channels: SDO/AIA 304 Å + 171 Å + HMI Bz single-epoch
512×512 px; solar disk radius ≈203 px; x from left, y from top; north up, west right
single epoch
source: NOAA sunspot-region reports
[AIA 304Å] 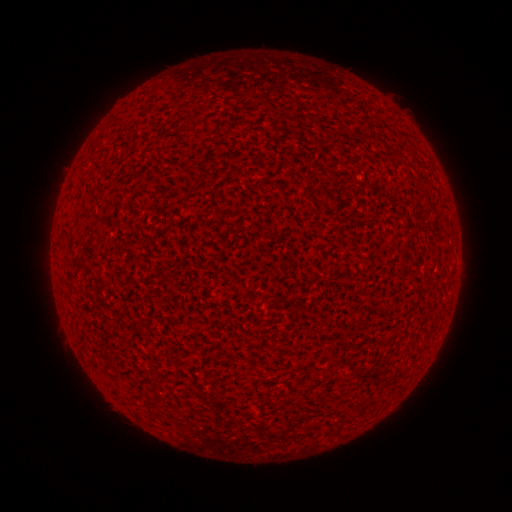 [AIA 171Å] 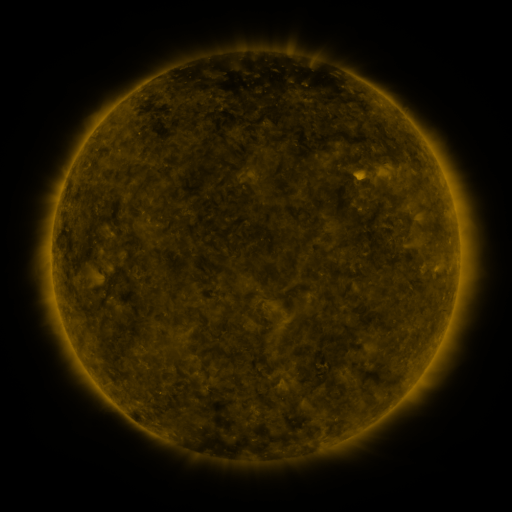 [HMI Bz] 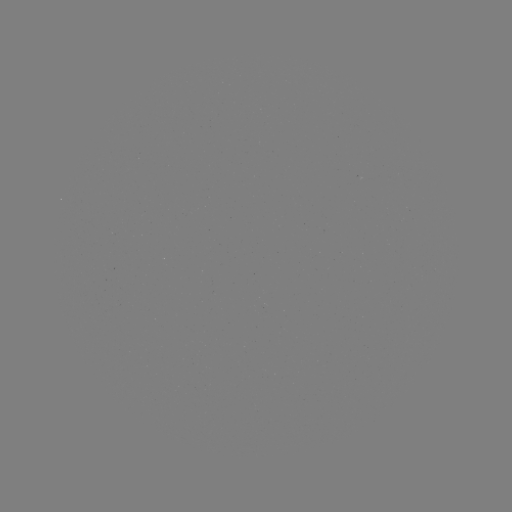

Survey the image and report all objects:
(none)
